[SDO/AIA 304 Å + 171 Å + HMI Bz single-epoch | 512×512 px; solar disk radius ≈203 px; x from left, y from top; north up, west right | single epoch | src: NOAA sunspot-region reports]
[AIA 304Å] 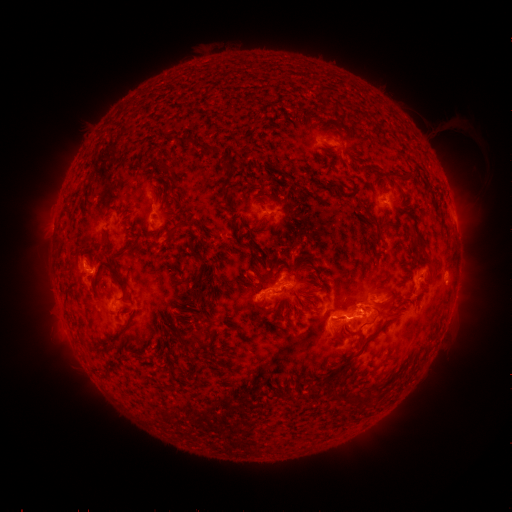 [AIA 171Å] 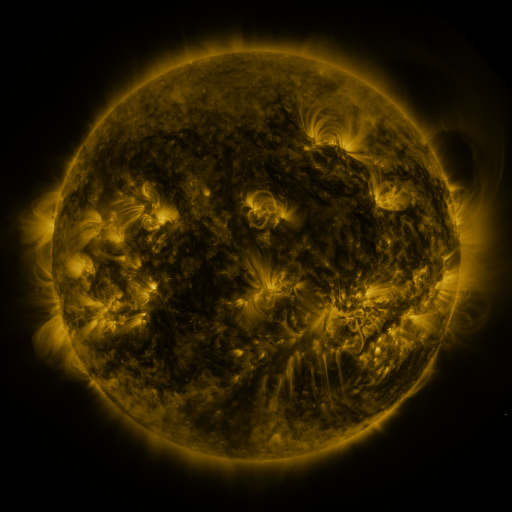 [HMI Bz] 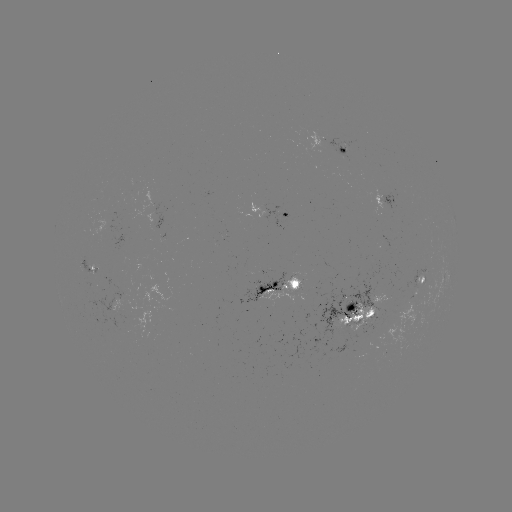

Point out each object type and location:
spotted active region: (349, 150)
spotted active region: (387, 199)
spotted active region: (269, 211)
spotted active region: (161, 219)
spotted active region: (423, 277)
spotted active region: (277, 282)
spotted active region: (386, 297)
spotted active region: (350, 314)
